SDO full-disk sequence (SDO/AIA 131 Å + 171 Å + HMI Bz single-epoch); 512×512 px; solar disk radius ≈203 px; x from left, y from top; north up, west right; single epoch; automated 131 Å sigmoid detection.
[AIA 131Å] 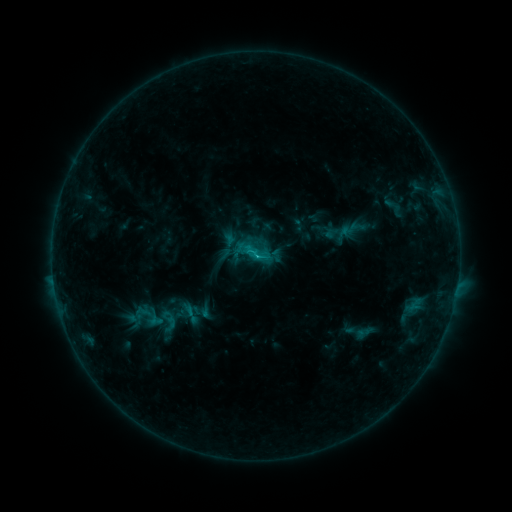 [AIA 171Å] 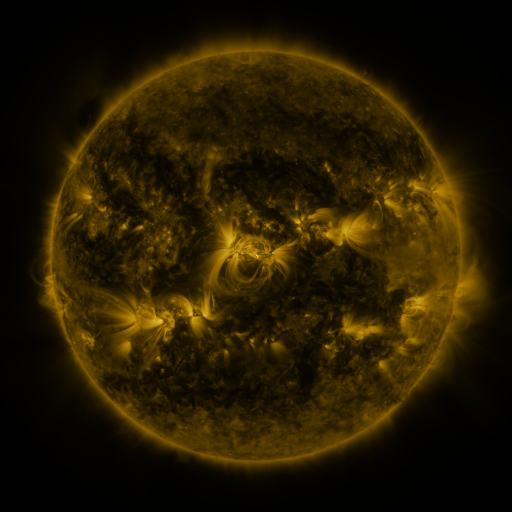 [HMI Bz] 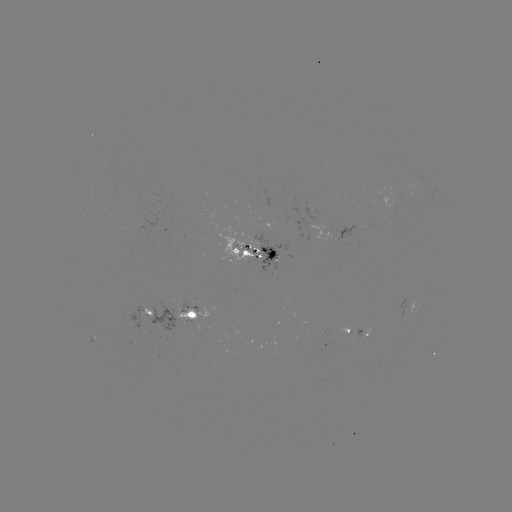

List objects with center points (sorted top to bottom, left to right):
sigmoid: (169, 321)
